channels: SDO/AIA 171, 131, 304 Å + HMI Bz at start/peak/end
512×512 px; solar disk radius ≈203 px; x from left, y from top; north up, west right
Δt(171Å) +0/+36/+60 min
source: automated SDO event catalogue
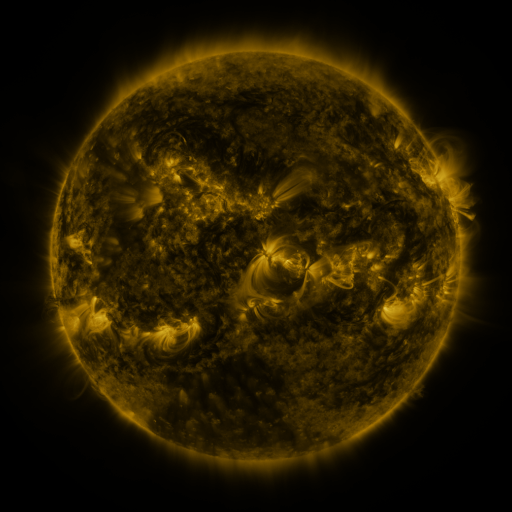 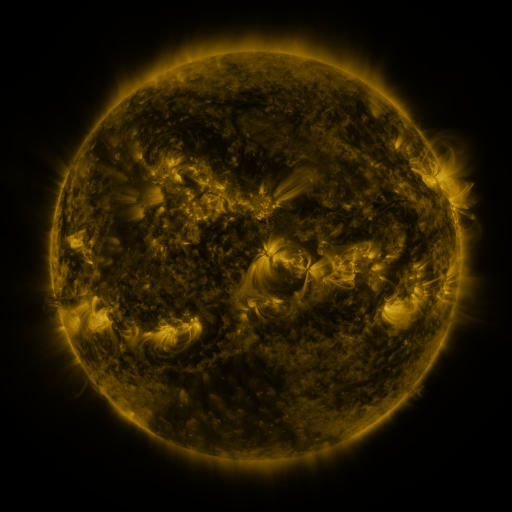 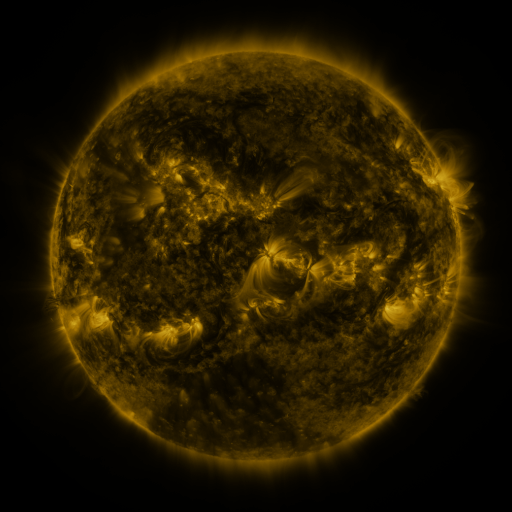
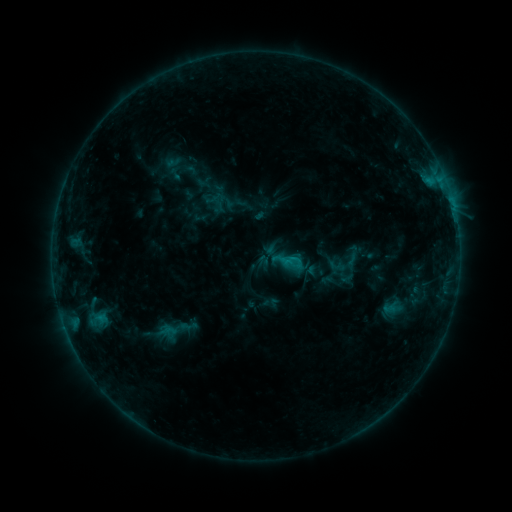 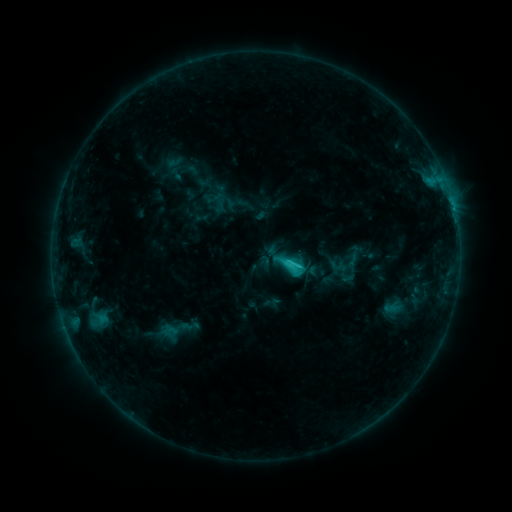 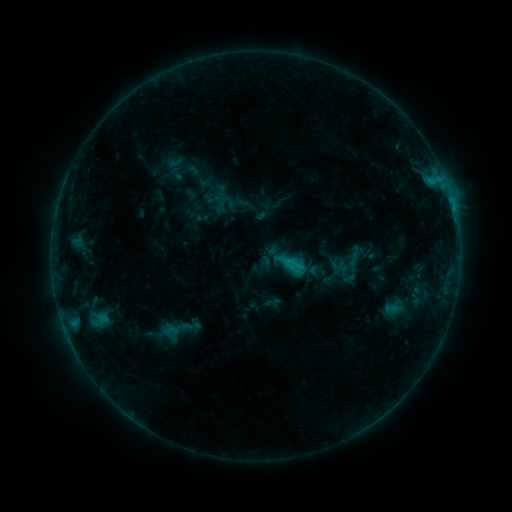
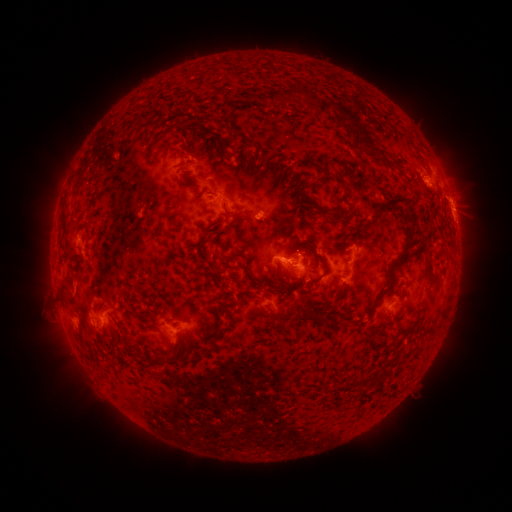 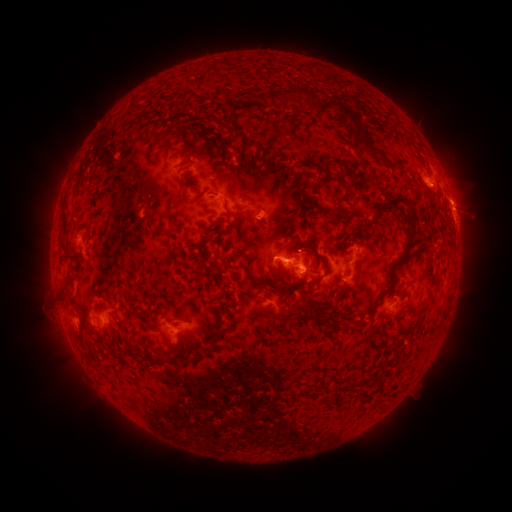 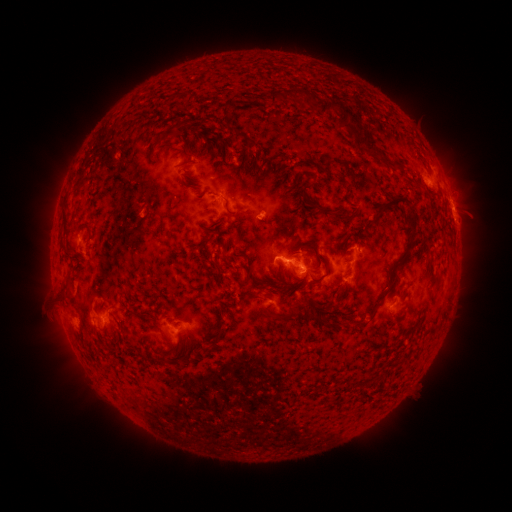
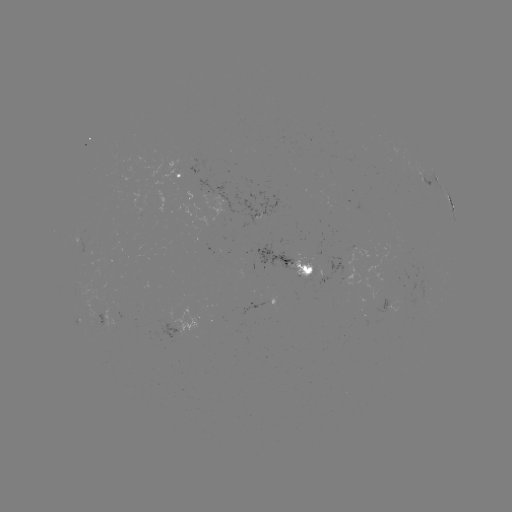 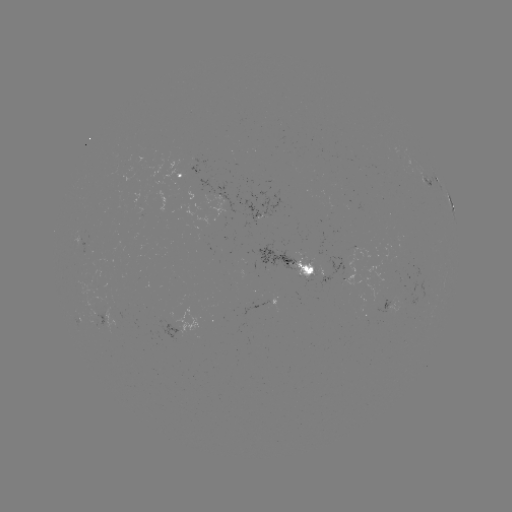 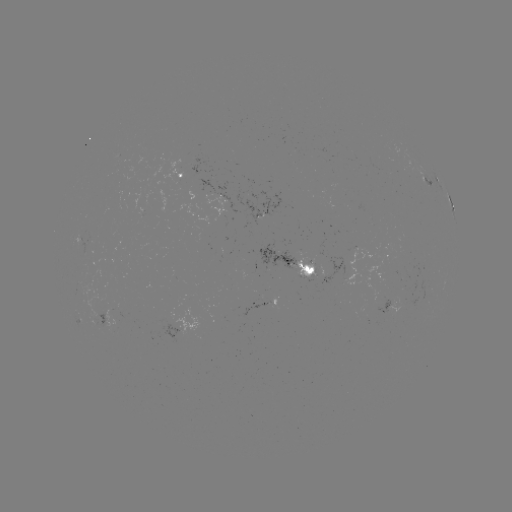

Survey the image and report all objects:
C2.2 flare: (290, 264)
